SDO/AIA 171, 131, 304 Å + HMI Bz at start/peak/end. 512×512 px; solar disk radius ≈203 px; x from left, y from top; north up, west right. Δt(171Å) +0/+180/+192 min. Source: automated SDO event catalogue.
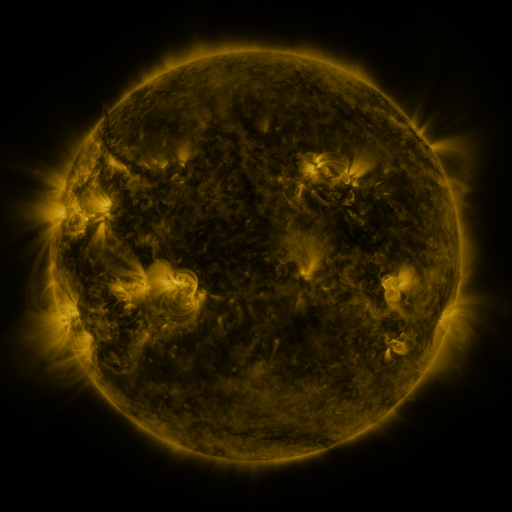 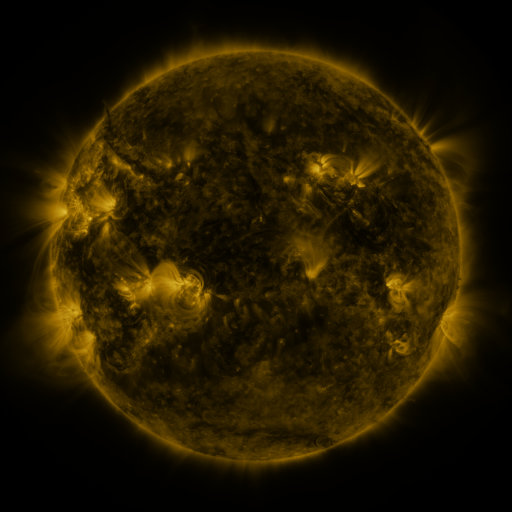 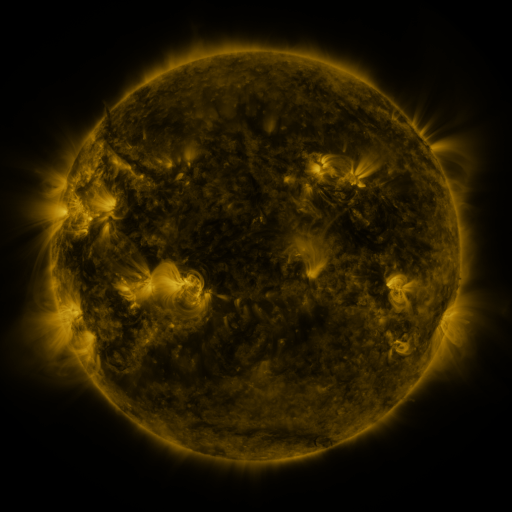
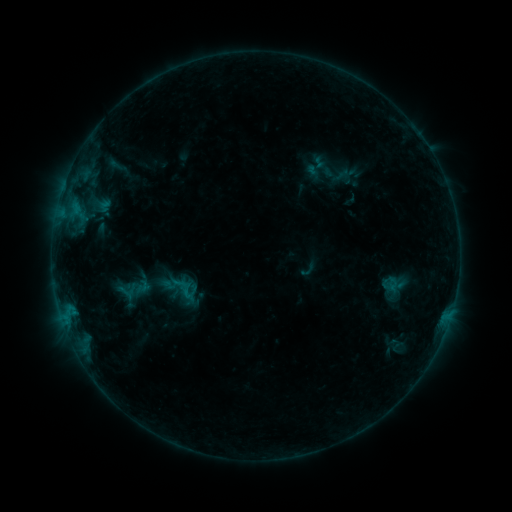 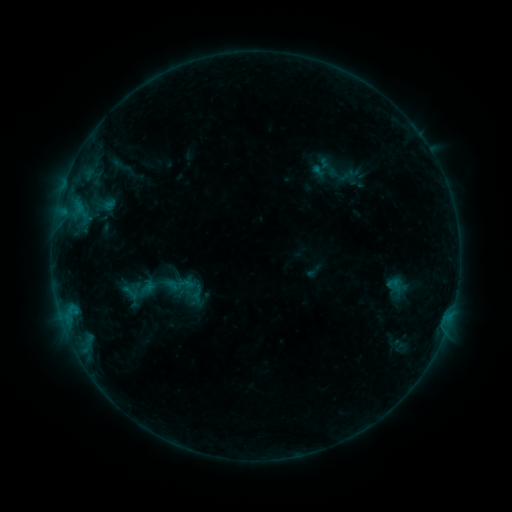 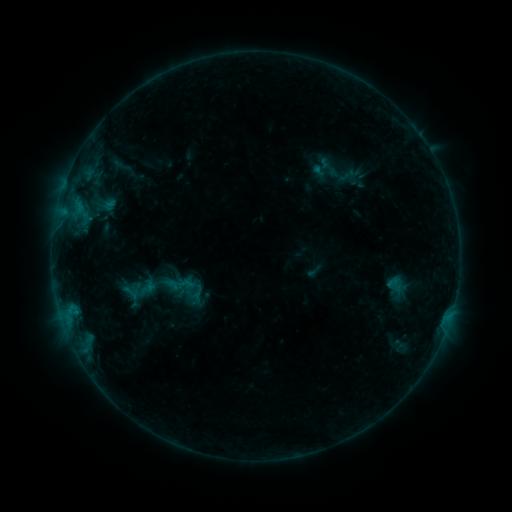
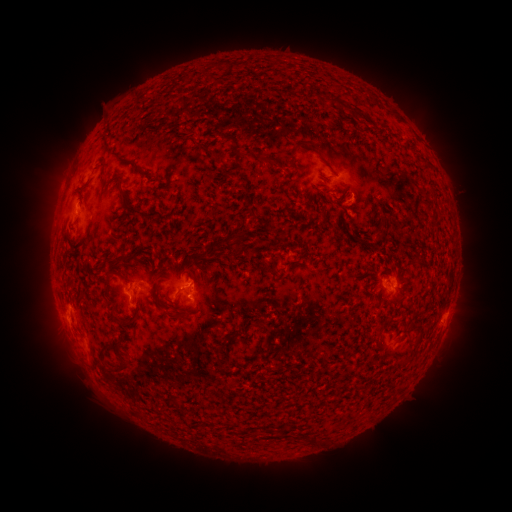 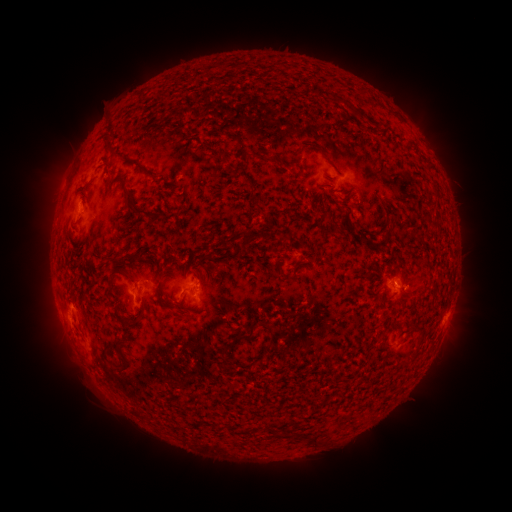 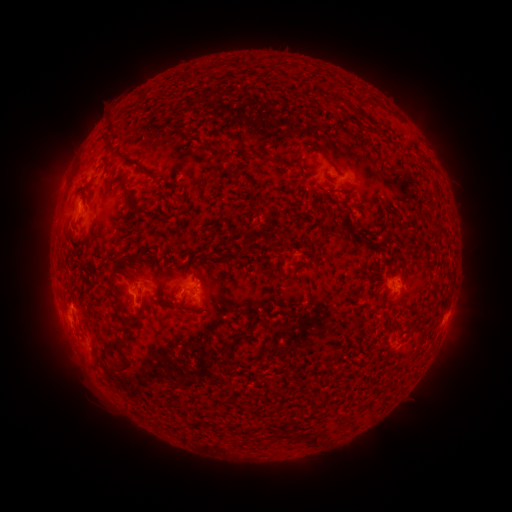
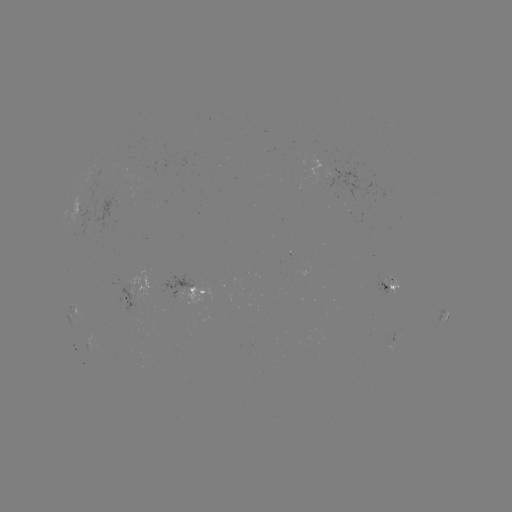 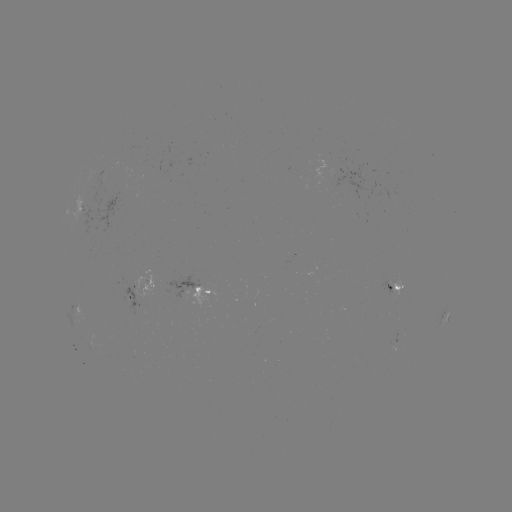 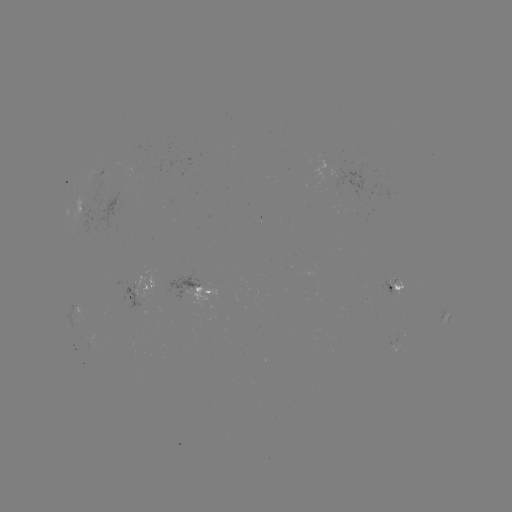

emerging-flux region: [92, 176, 106, 205]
